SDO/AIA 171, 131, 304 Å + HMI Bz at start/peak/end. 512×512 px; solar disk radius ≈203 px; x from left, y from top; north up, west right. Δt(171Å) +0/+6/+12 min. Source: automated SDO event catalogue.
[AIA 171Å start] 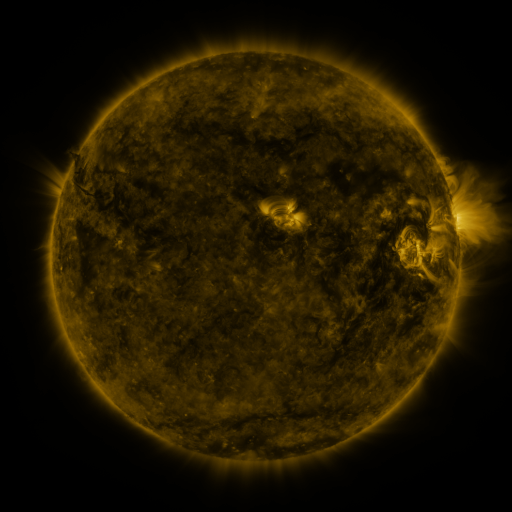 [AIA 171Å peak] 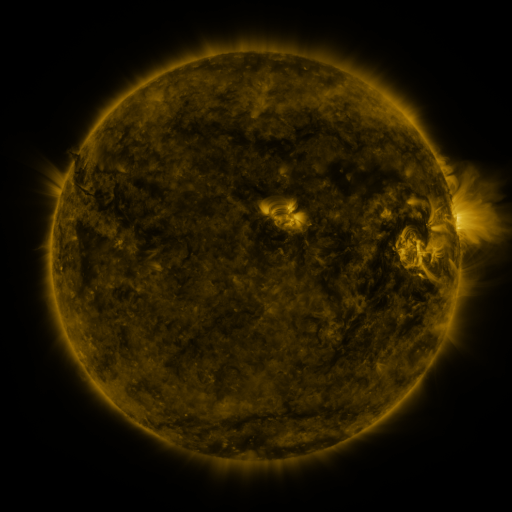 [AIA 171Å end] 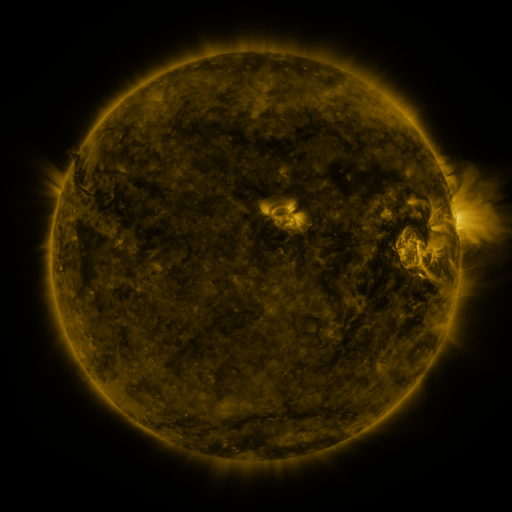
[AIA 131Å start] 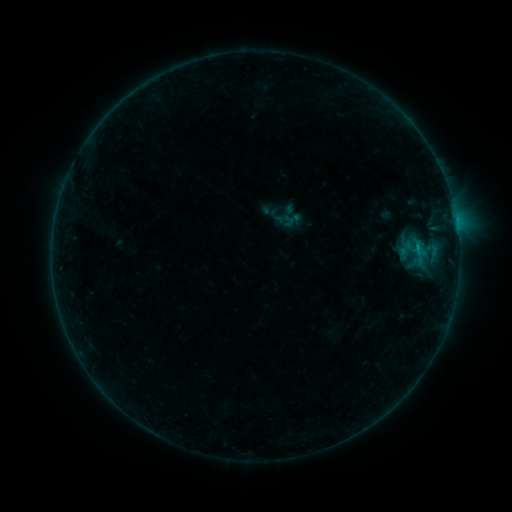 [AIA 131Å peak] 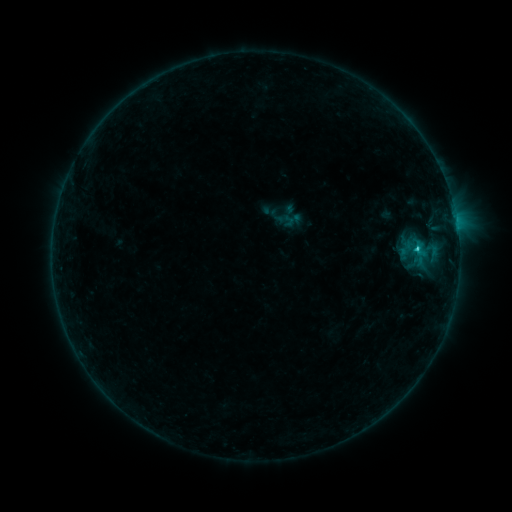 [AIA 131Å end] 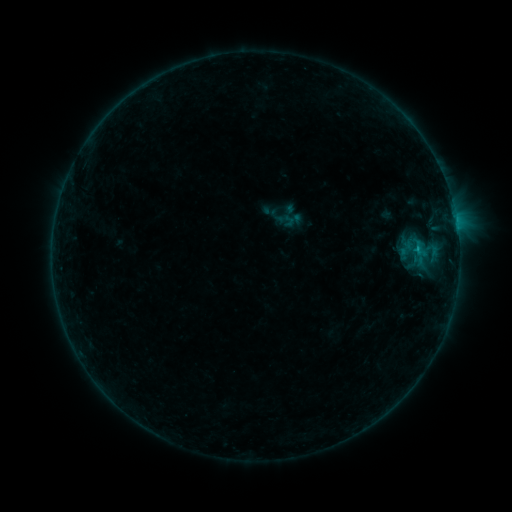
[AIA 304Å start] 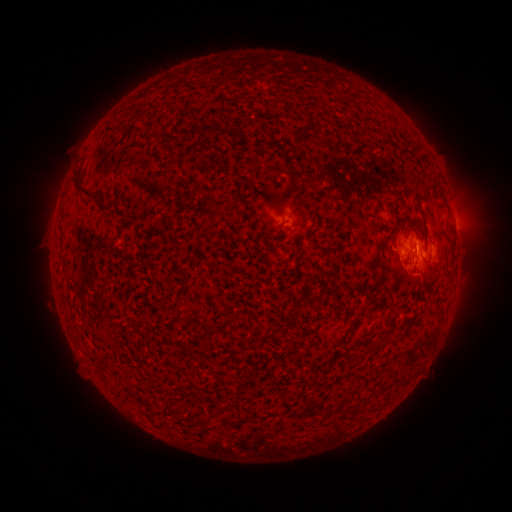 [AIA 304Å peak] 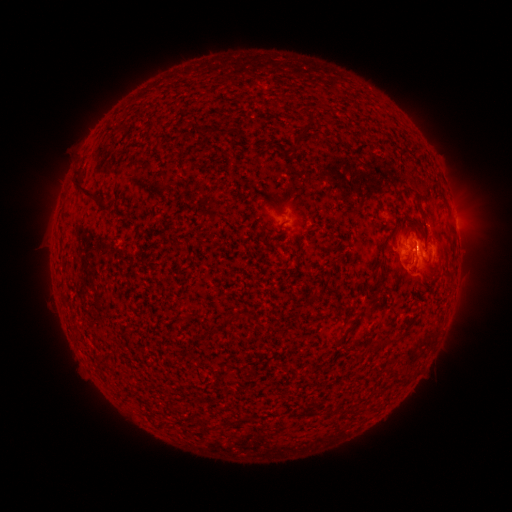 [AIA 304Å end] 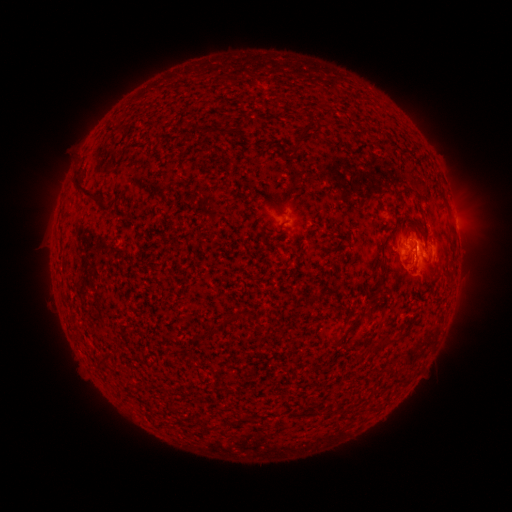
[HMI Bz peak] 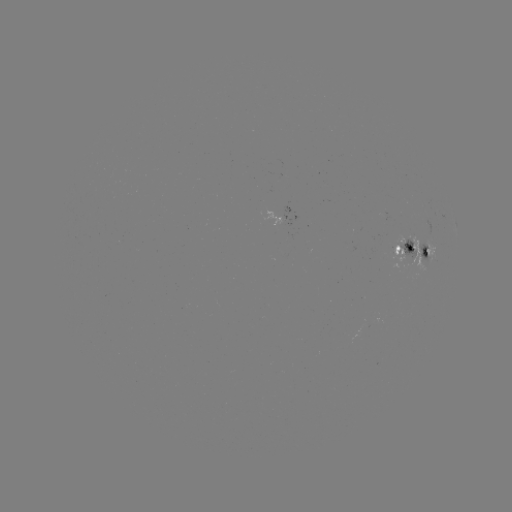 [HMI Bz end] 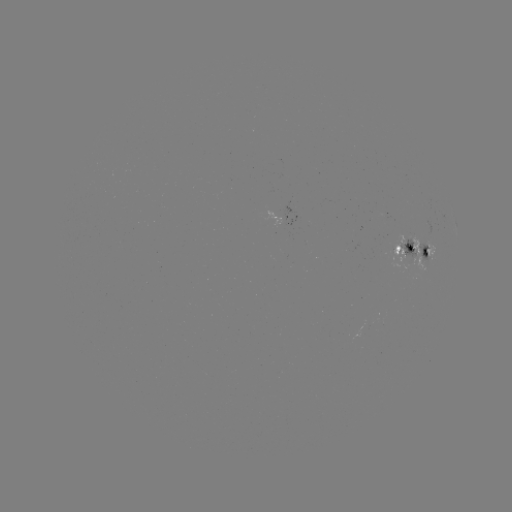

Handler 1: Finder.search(B9.7 flare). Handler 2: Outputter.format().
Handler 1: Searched B9.7 flare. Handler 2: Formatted (415, 249).